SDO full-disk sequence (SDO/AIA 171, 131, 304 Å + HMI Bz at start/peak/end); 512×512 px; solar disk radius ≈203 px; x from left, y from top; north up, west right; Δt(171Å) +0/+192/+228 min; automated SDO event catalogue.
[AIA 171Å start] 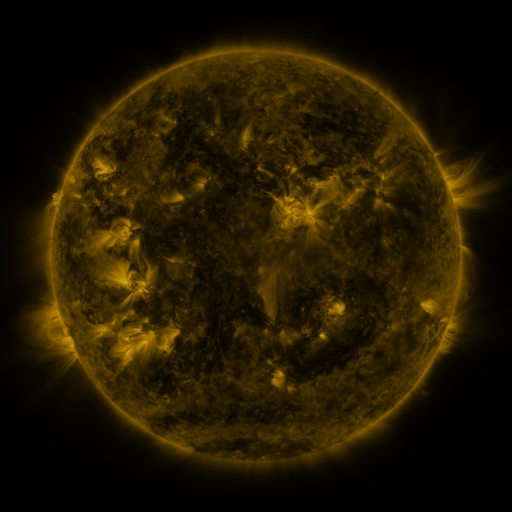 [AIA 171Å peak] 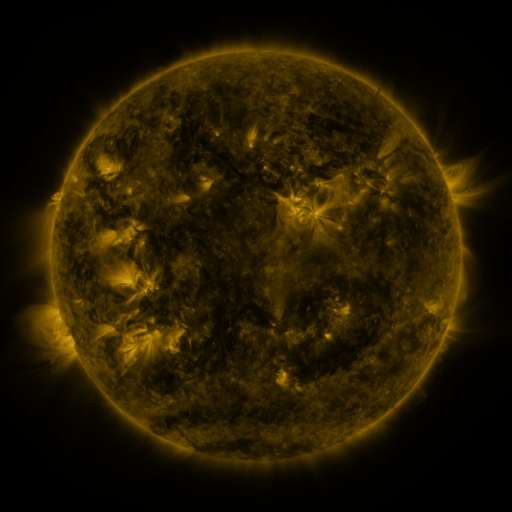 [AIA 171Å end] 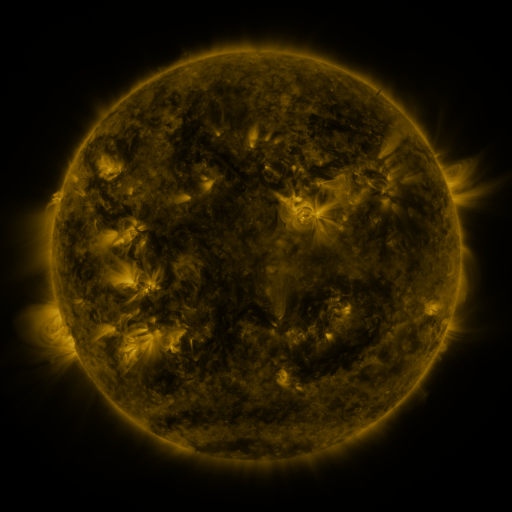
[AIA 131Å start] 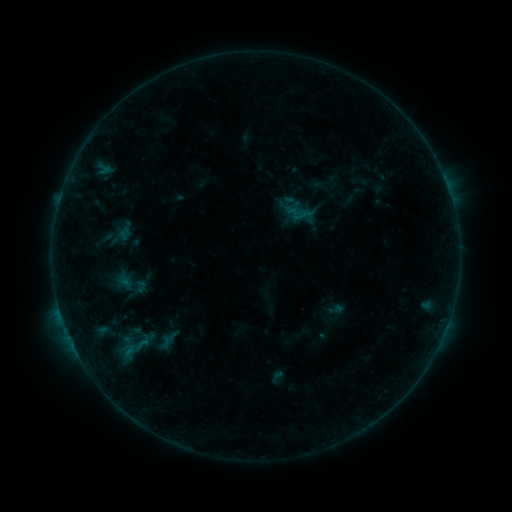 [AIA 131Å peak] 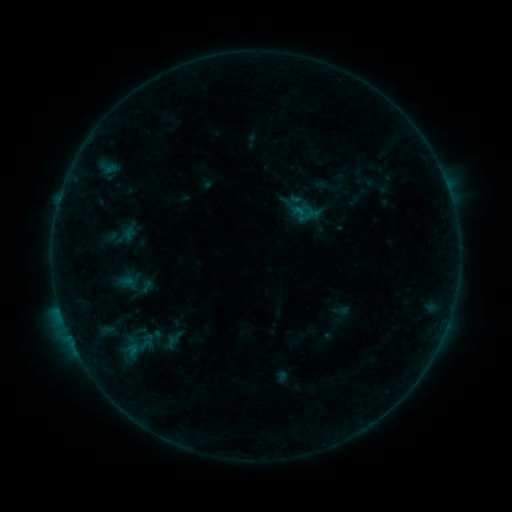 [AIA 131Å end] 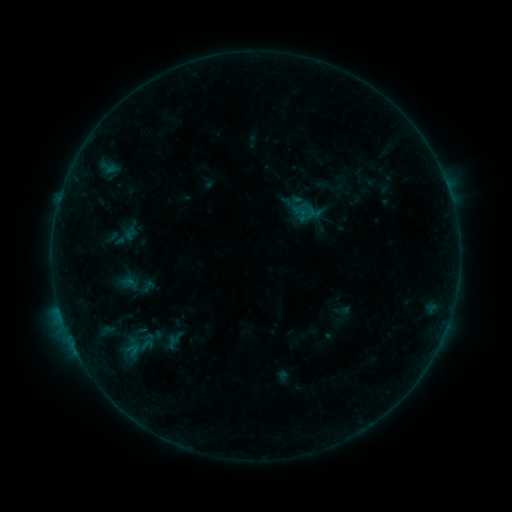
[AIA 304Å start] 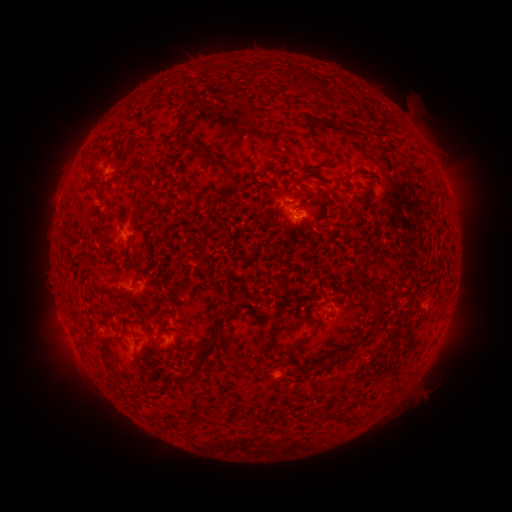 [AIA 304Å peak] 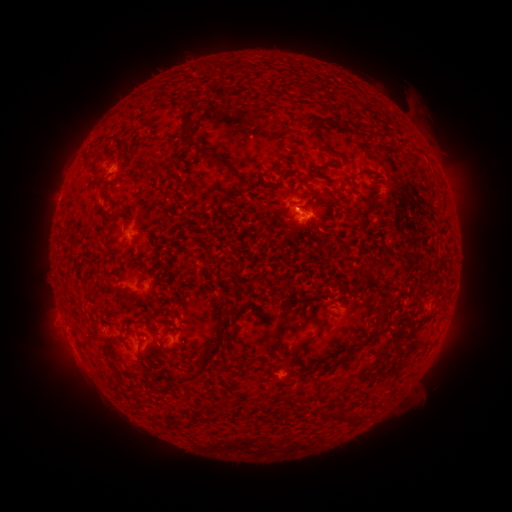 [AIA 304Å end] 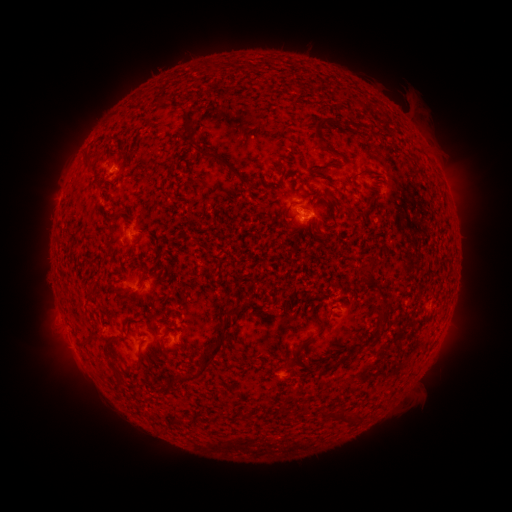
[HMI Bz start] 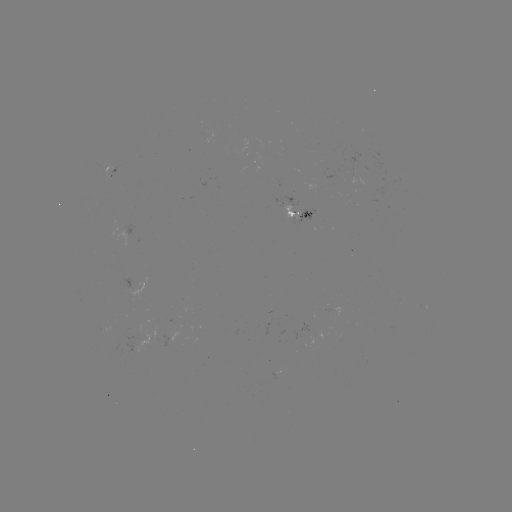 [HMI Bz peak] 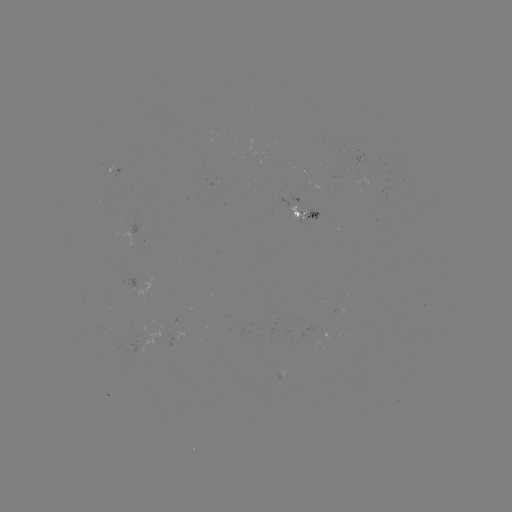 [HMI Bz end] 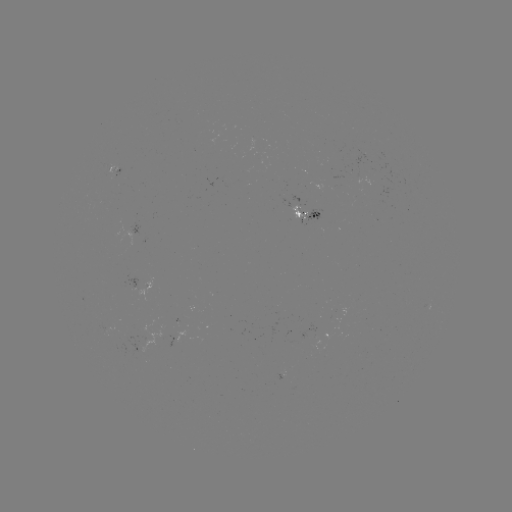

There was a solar emerging-flux region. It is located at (145, 287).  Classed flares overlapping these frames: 1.